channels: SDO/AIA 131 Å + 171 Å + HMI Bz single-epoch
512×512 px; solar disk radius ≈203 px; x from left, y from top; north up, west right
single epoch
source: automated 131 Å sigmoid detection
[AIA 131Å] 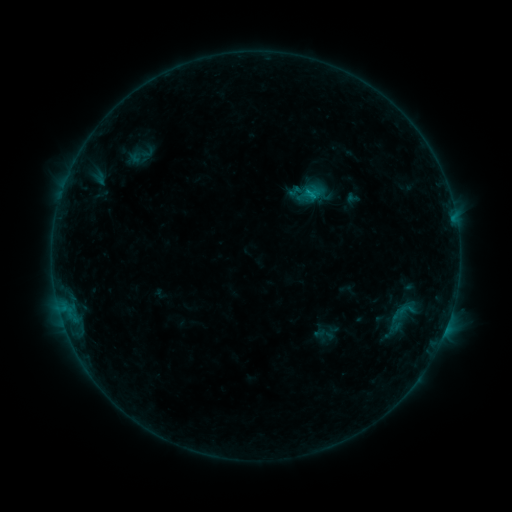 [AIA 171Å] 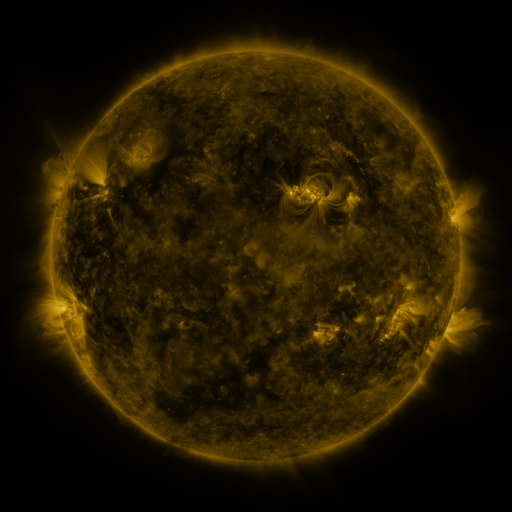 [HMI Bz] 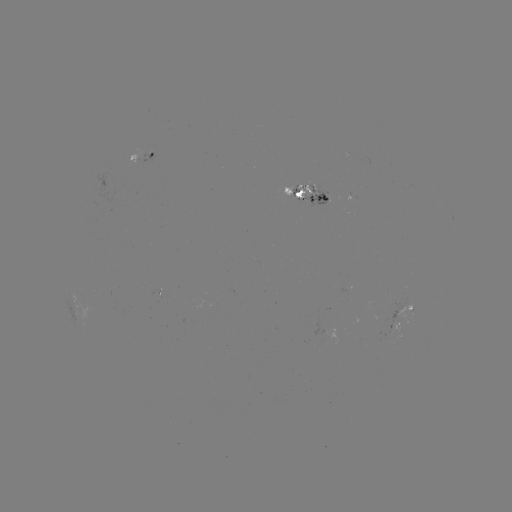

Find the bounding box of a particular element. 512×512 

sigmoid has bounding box [394, 298, 415, 322].